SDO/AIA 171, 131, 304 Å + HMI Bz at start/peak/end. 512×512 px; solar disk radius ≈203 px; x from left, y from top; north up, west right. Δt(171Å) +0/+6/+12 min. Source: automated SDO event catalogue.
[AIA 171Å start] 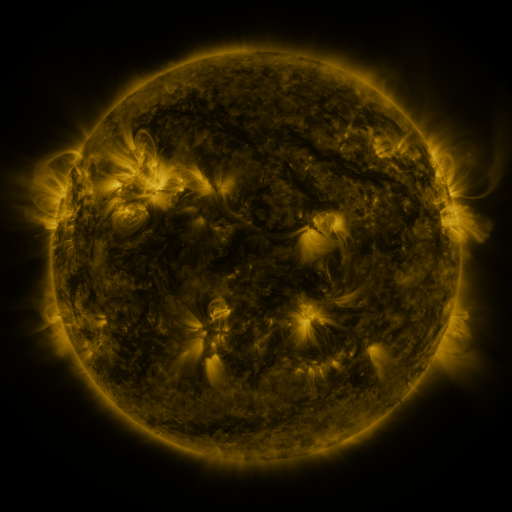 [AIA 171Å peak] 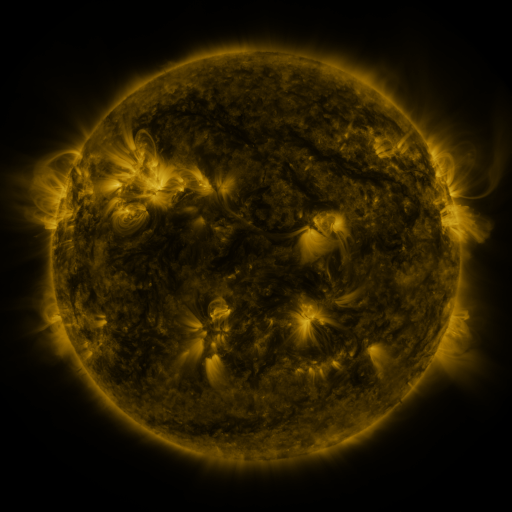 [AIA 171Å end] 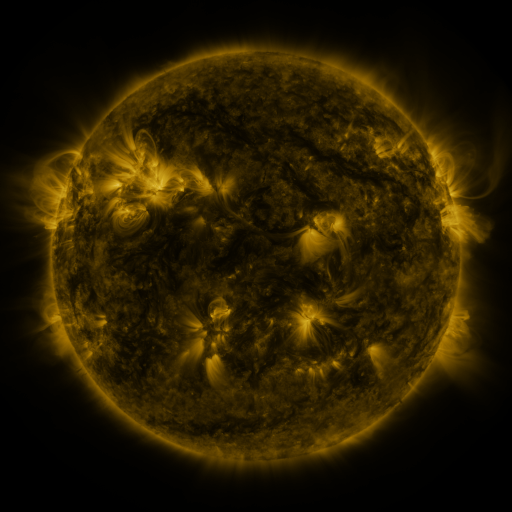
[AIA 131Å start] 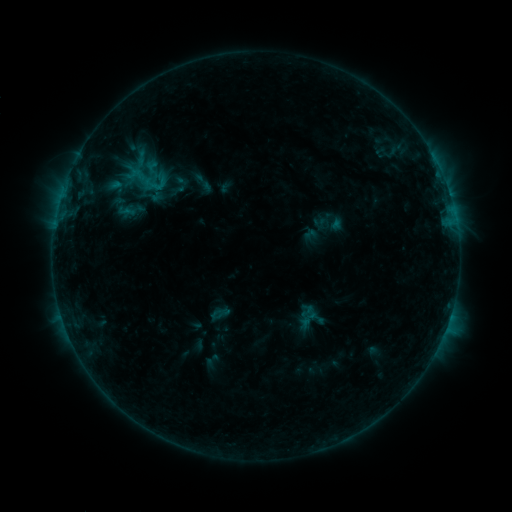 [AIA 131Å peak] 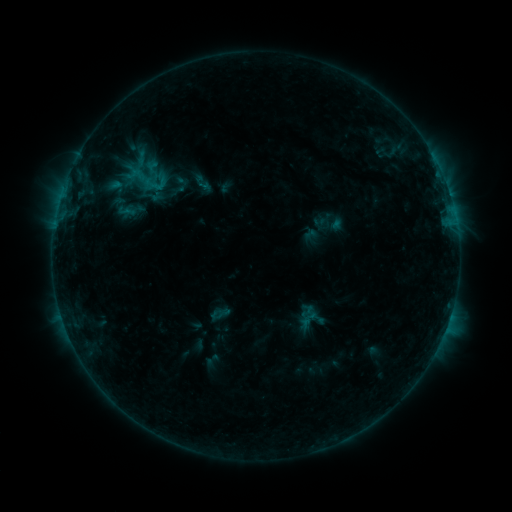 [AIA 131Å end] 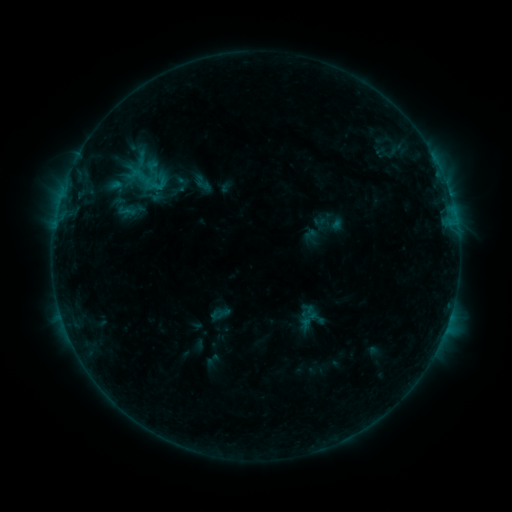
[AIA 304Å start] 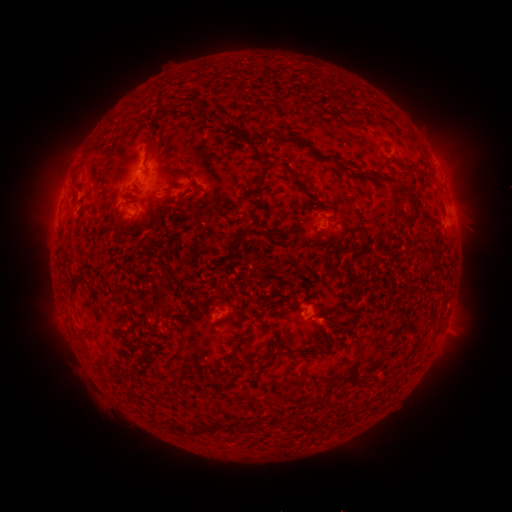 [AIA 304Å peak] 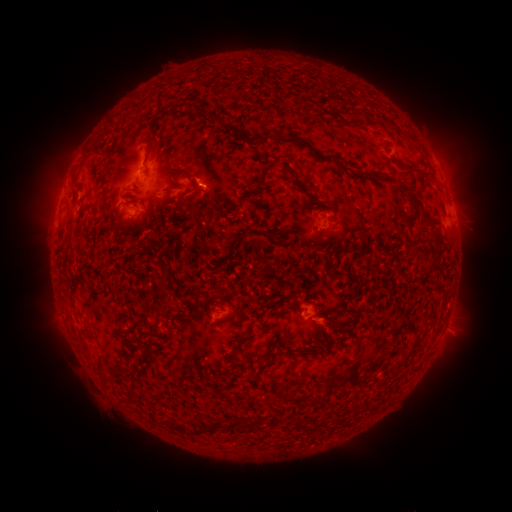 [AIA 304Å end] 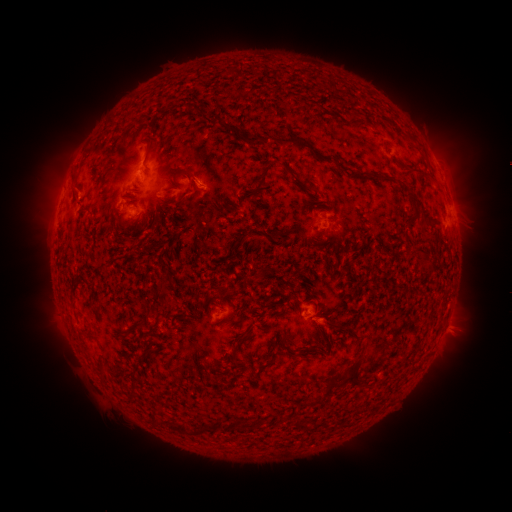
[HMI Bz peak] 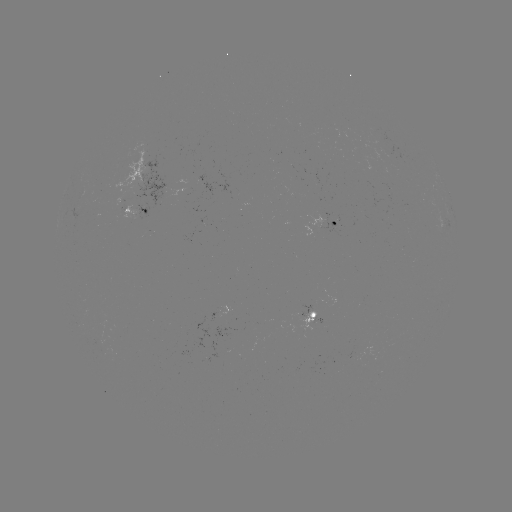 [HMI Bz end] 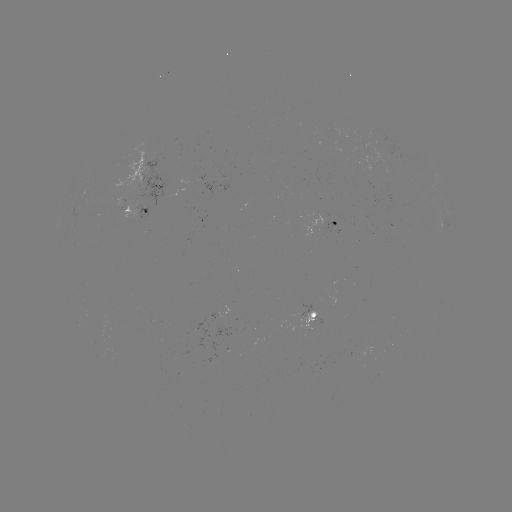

nothing was catalogued: no classed flare, no EUV trigger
